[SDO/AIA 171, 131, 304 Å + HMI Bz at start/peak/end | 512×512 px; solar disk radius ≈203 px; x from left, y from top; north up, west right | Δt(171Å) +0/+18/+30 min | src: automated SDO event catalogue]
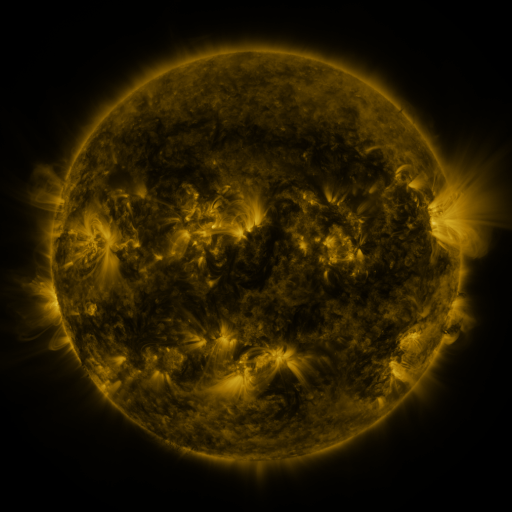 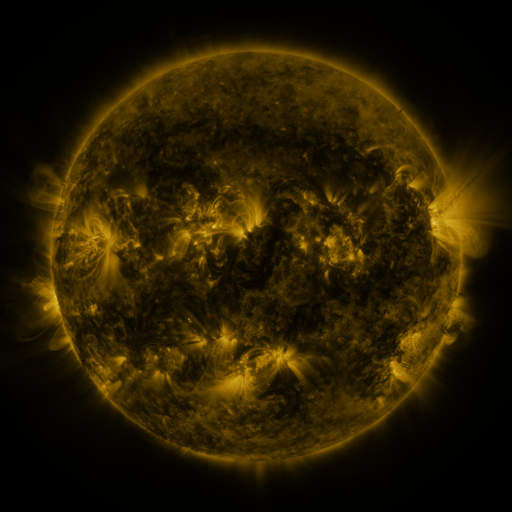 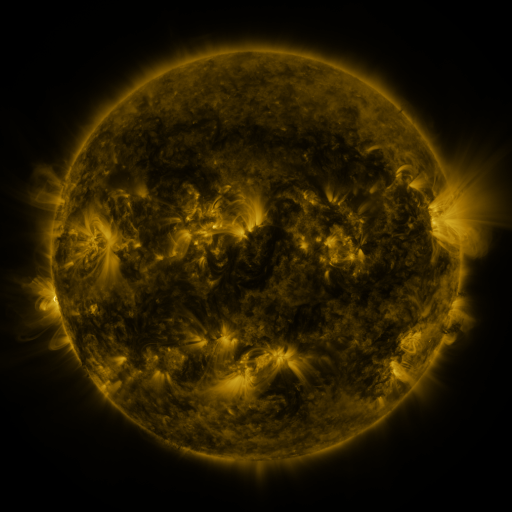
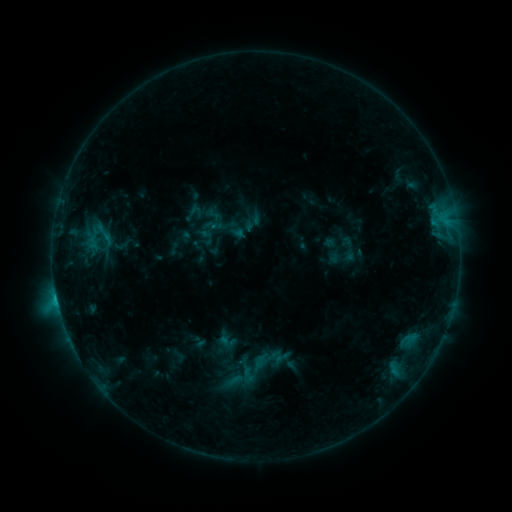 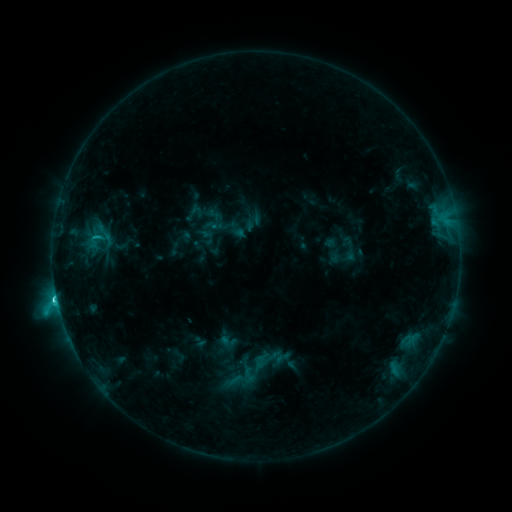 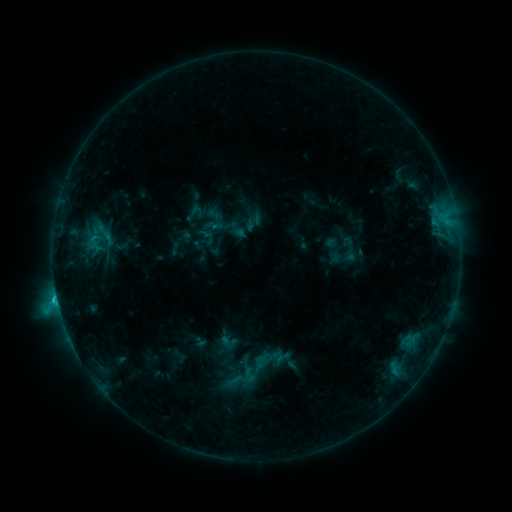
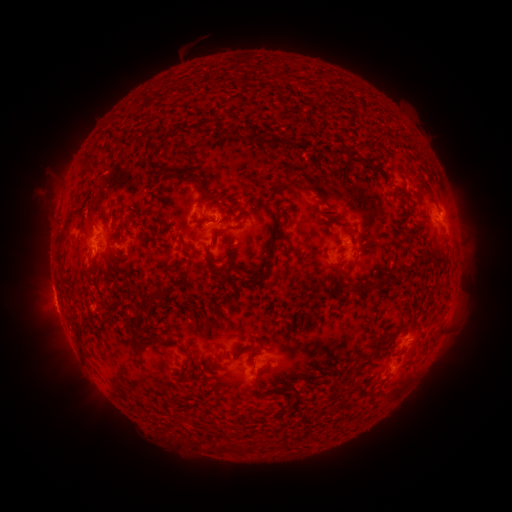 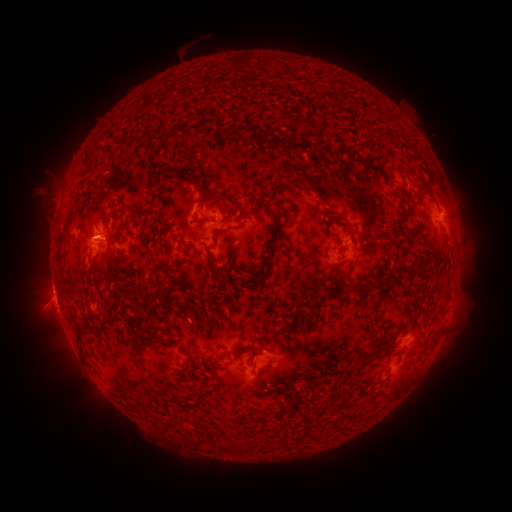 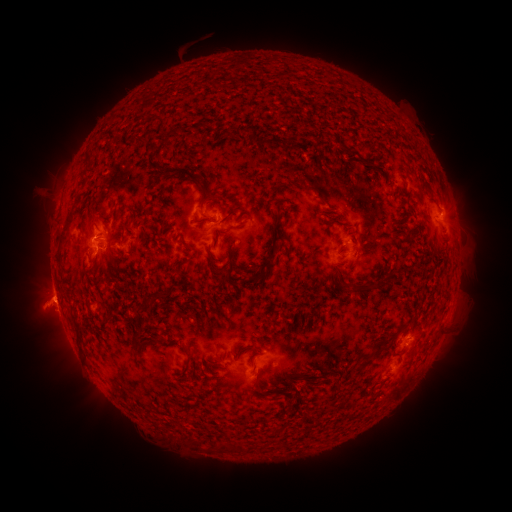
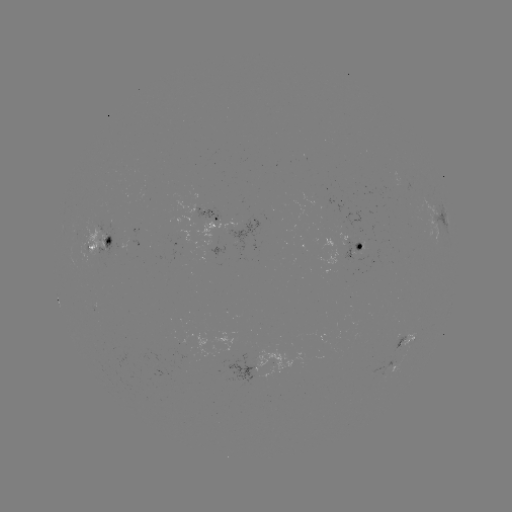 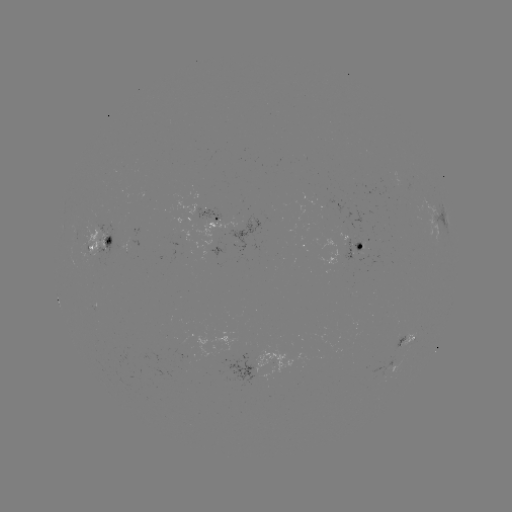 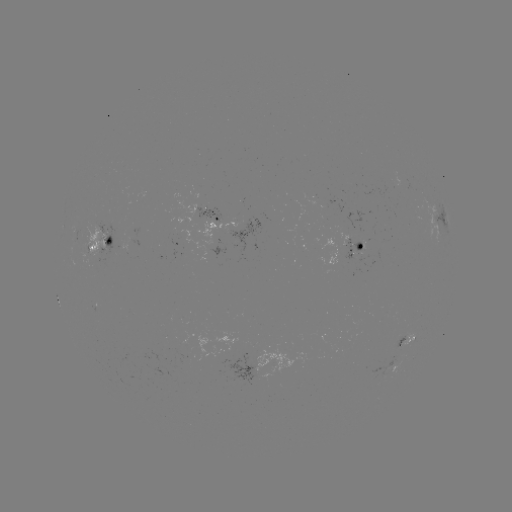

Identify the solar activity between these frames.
C2.4 flare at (57, 298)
